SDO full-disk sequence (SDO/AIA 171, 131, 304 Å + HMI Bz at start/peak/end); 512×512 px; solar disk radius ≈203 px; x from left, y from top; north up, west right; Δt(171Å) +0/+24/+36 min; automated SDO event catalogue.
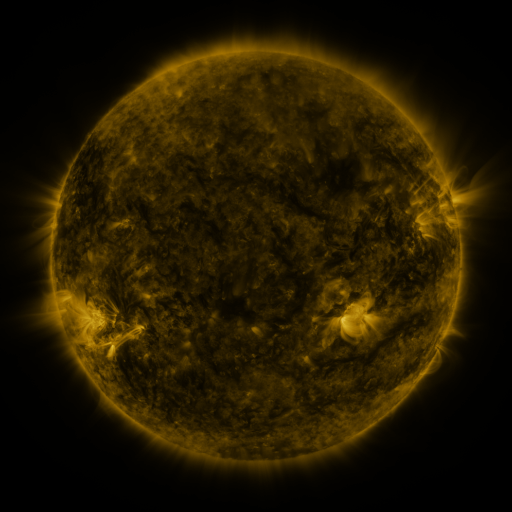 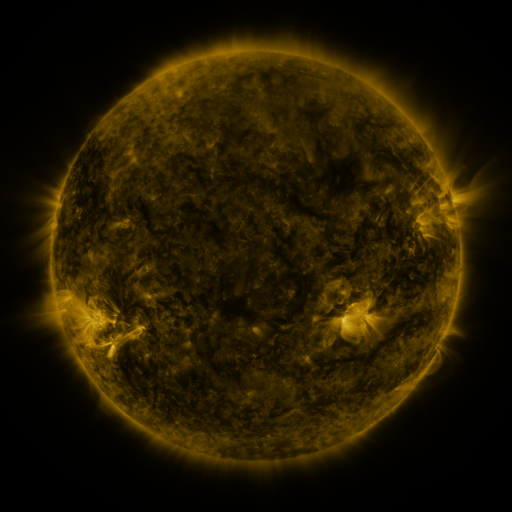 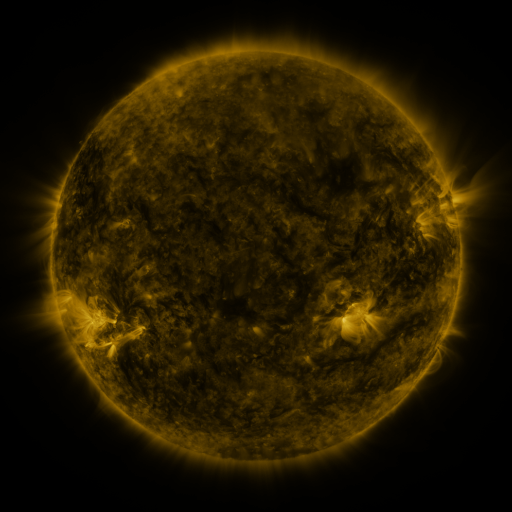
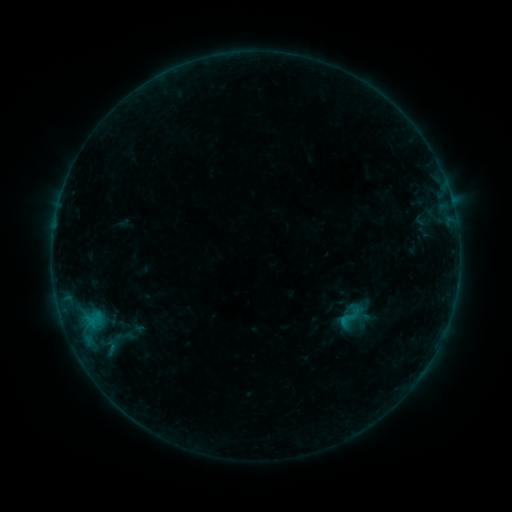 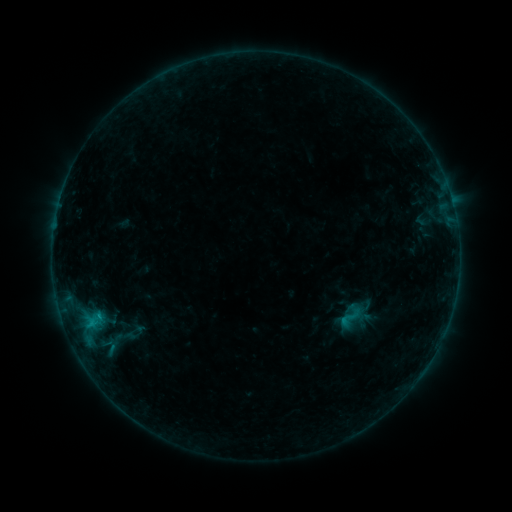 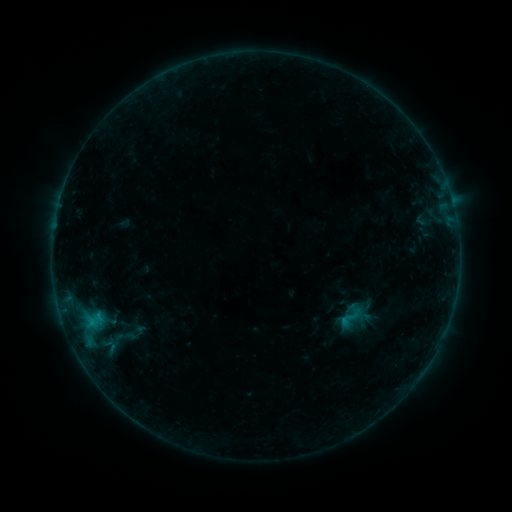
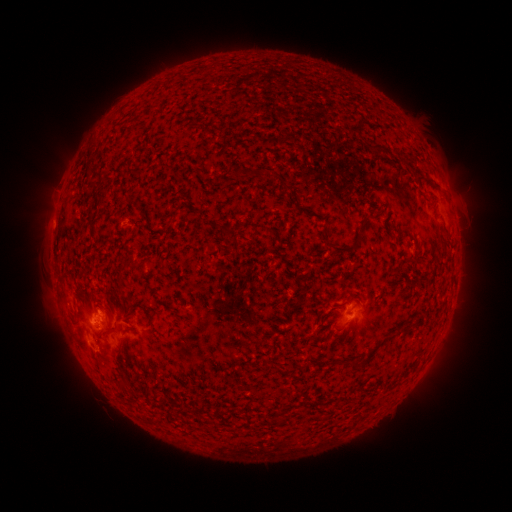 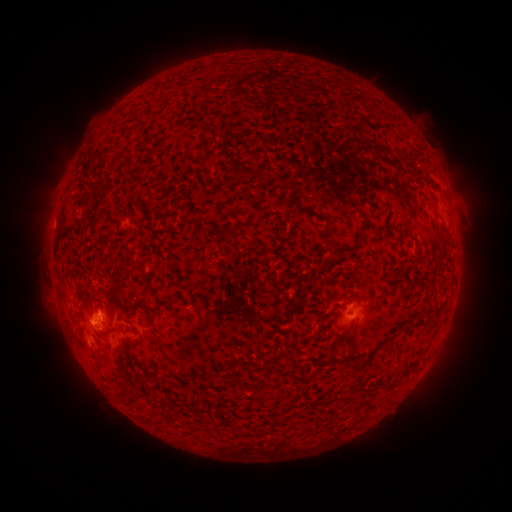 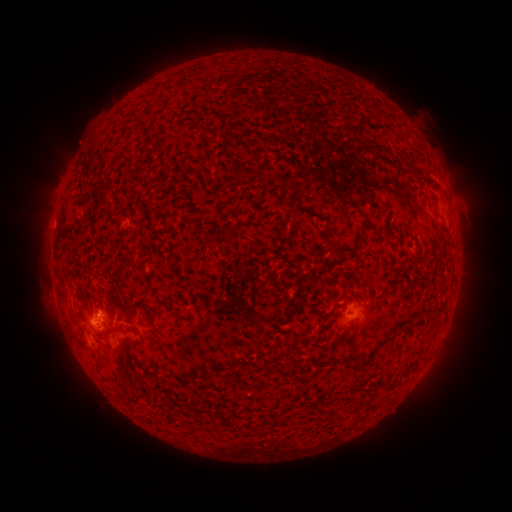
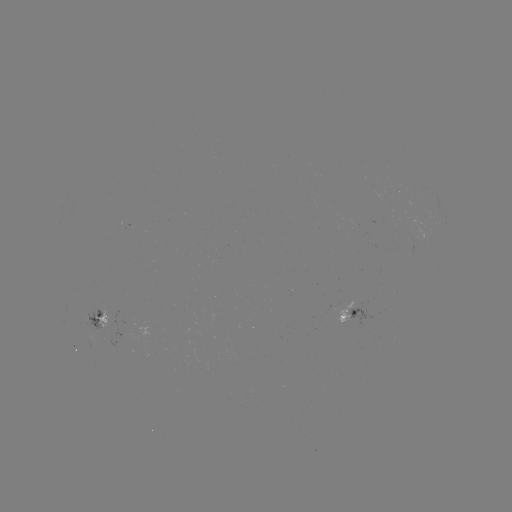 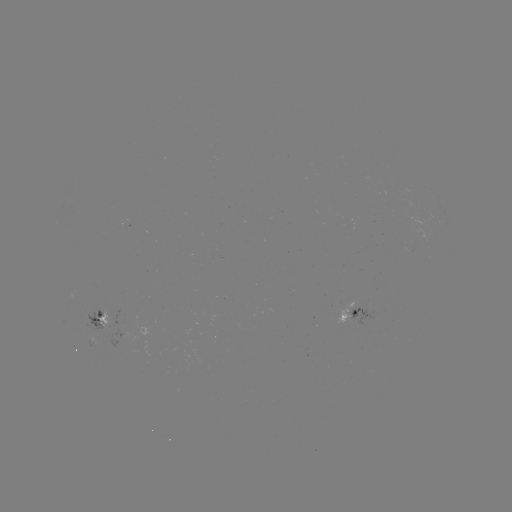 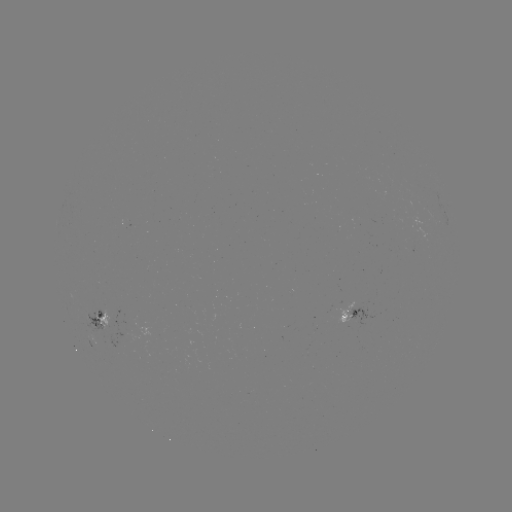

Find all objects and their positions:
B5.1 flare: (91, 321)
